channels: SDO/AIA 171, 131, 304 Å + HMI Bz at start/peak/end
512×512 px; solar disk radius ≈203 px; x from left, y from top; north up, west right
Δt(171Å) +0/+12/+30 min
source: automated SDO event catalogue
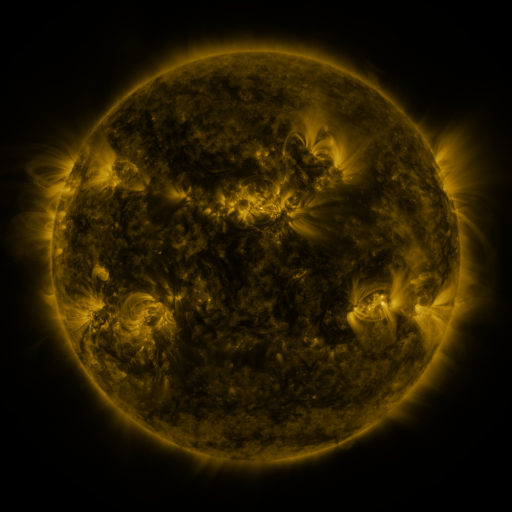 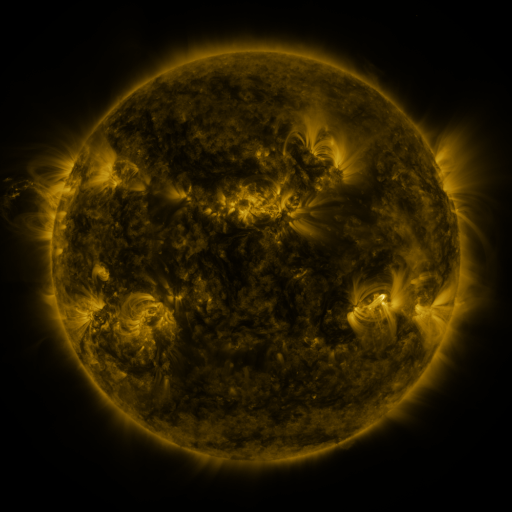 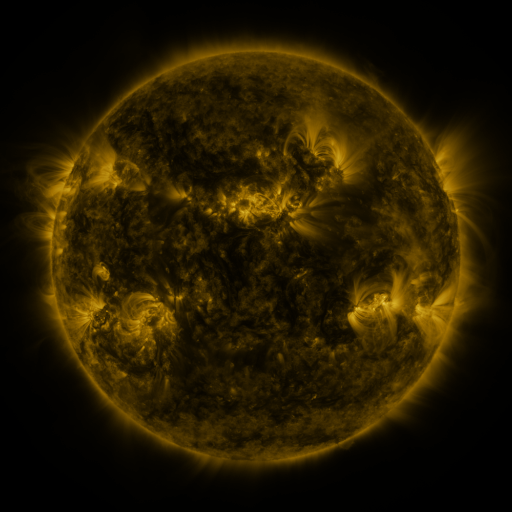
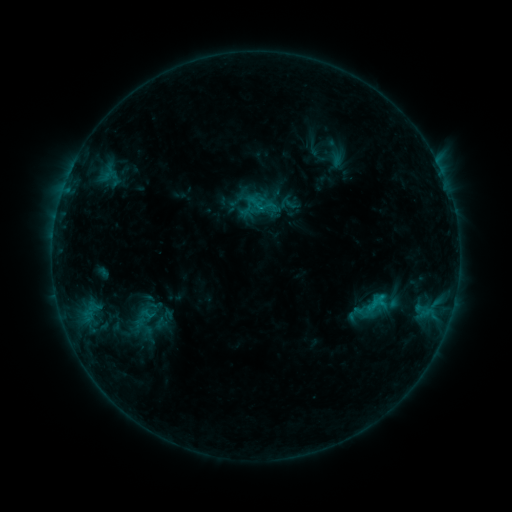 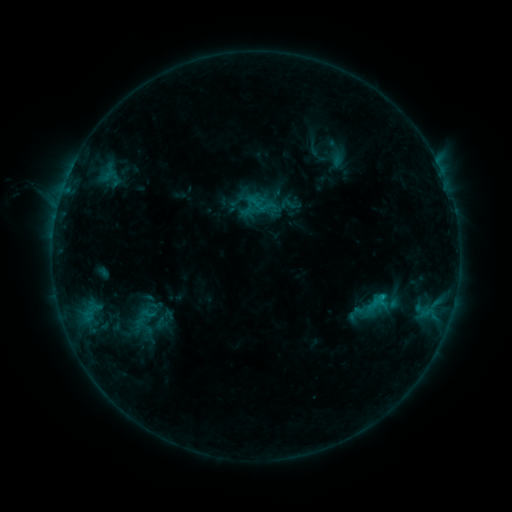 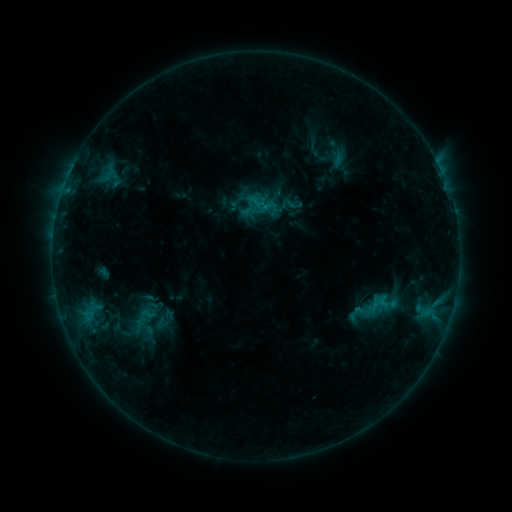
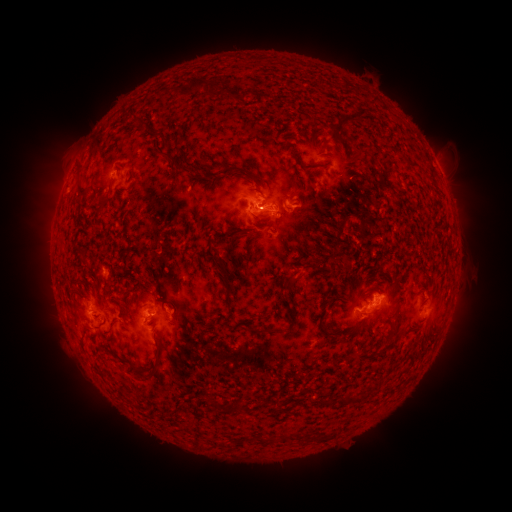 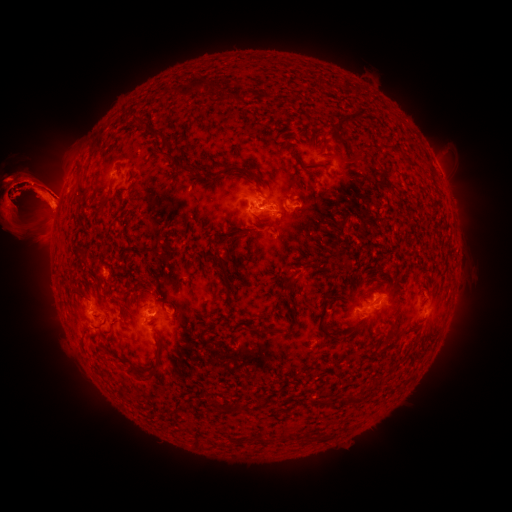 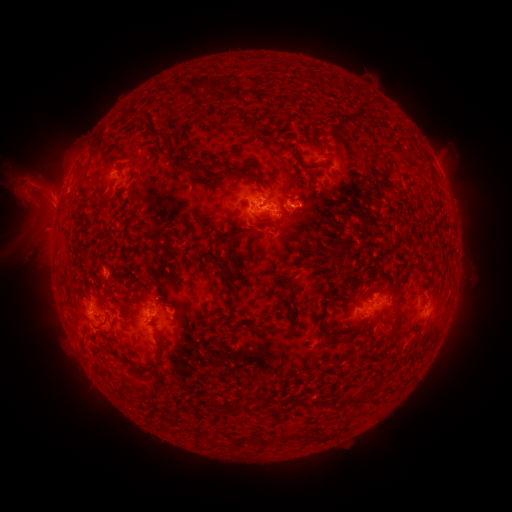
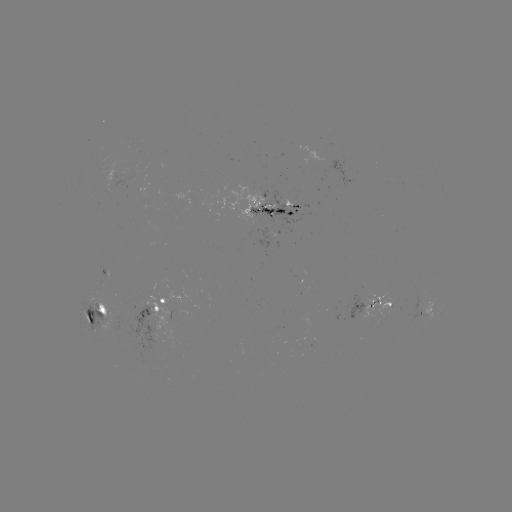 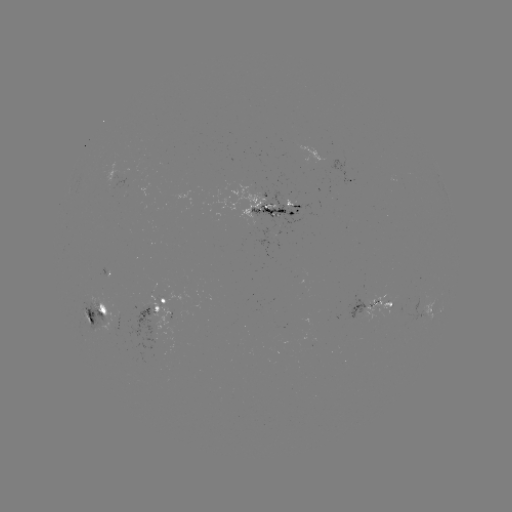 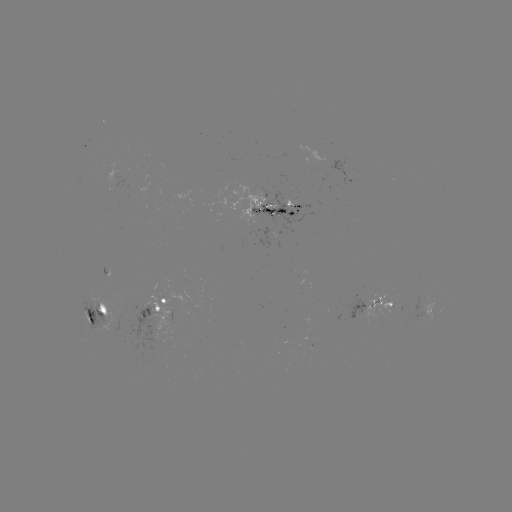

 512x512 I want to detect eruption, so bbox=[0, 105, 129, 332].